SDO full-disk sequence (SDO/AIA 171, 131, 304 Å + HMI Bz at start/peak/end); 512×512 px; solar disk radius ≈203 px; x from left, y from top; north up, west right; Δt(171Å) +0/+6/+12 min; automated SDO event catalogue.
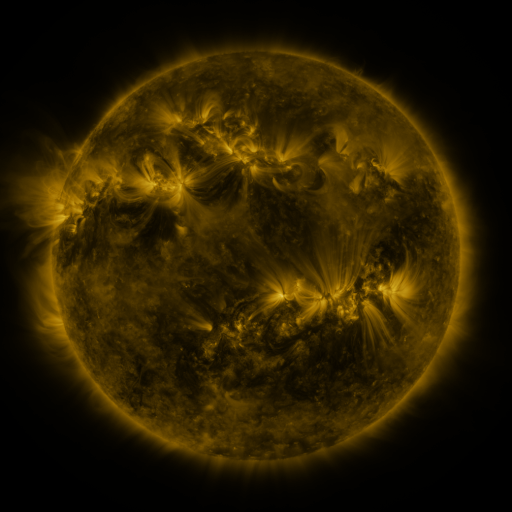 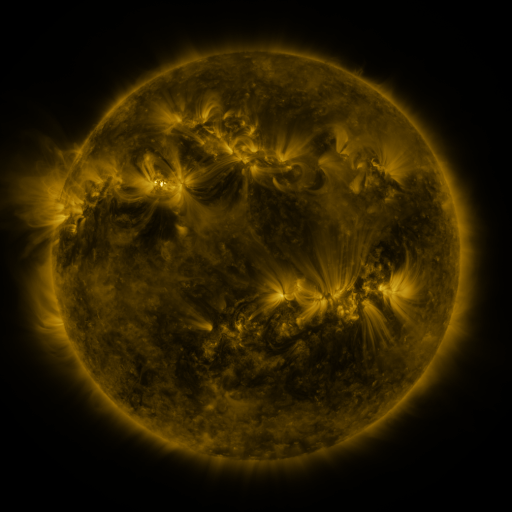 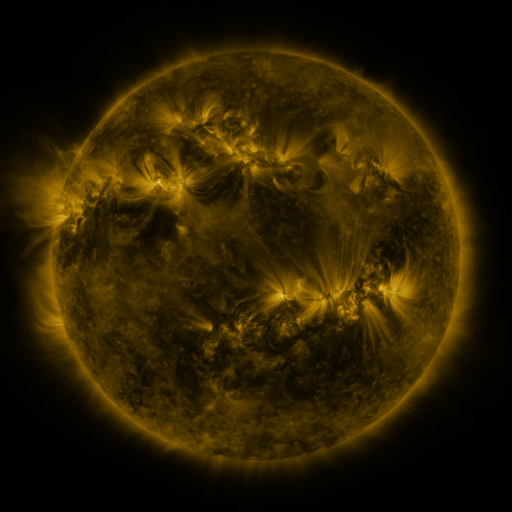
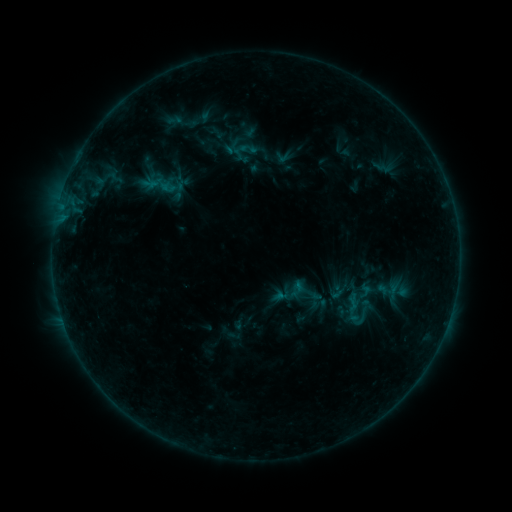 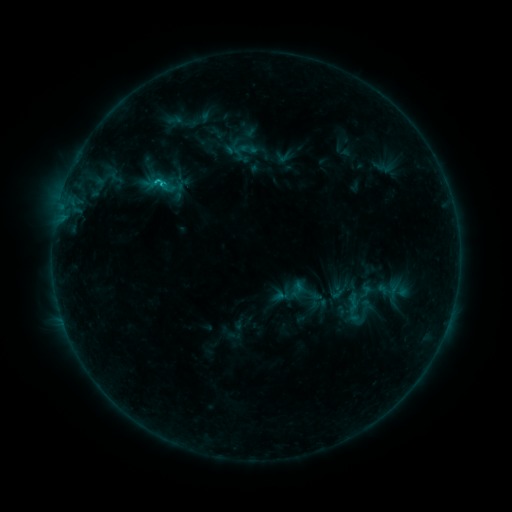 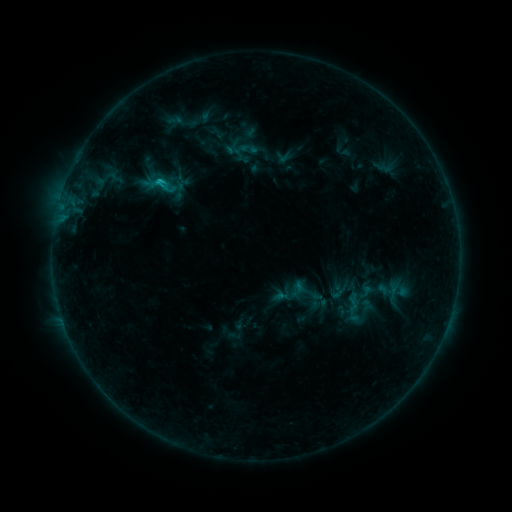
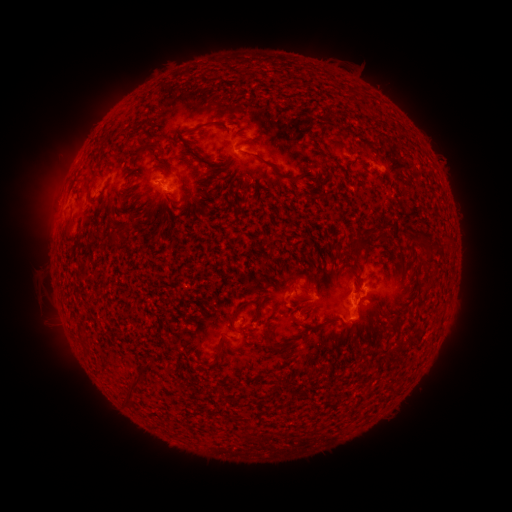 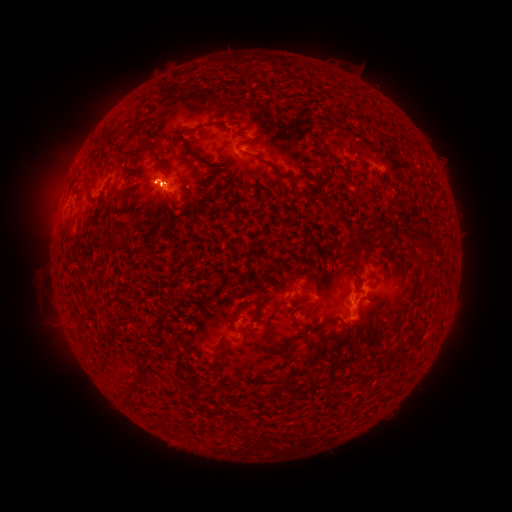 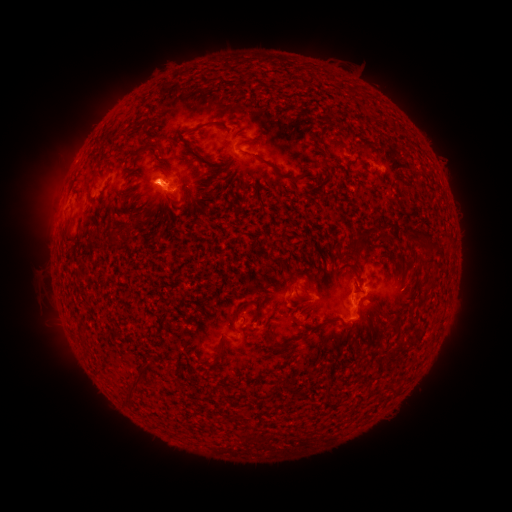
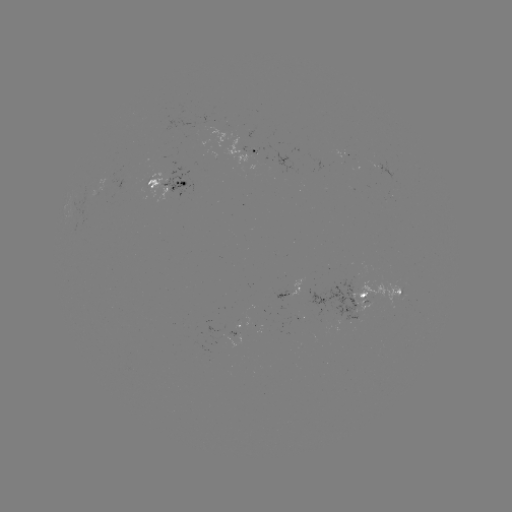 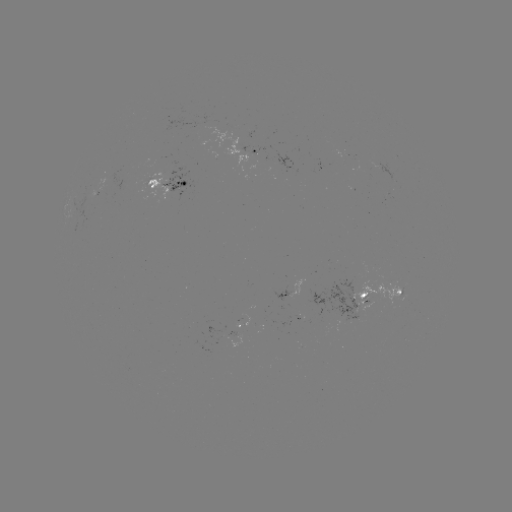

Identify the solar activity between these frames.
C1.2 flare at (160, 183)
